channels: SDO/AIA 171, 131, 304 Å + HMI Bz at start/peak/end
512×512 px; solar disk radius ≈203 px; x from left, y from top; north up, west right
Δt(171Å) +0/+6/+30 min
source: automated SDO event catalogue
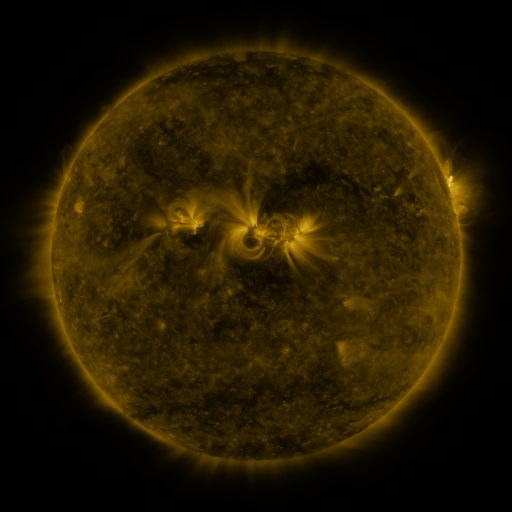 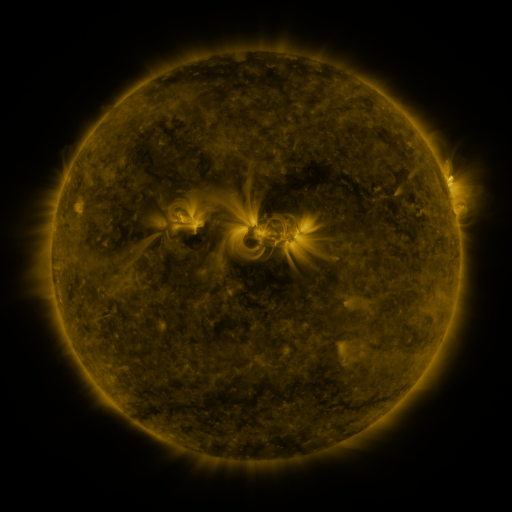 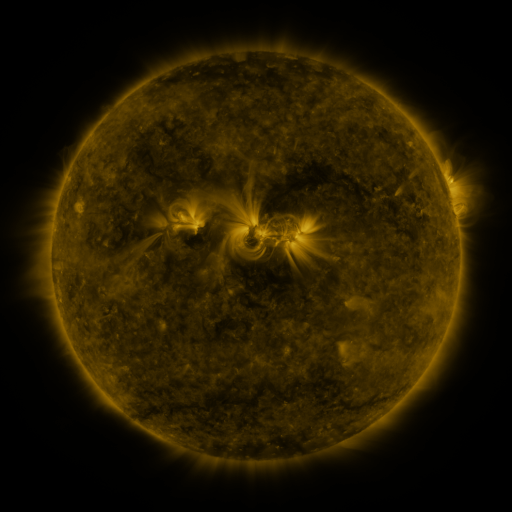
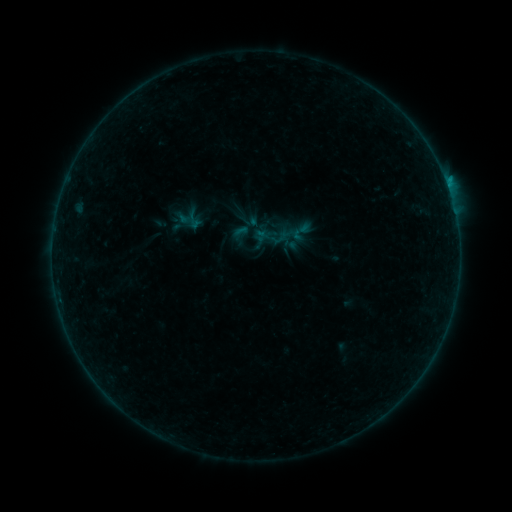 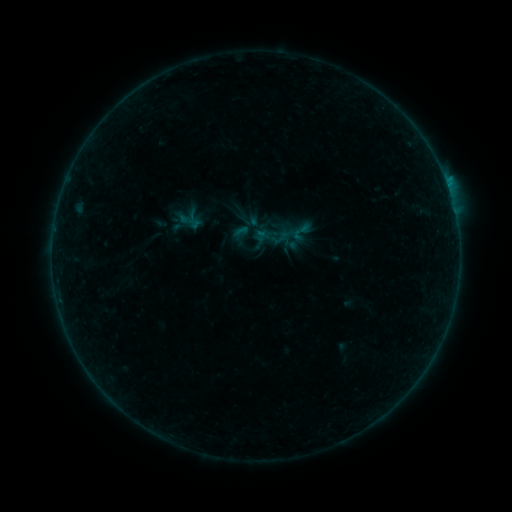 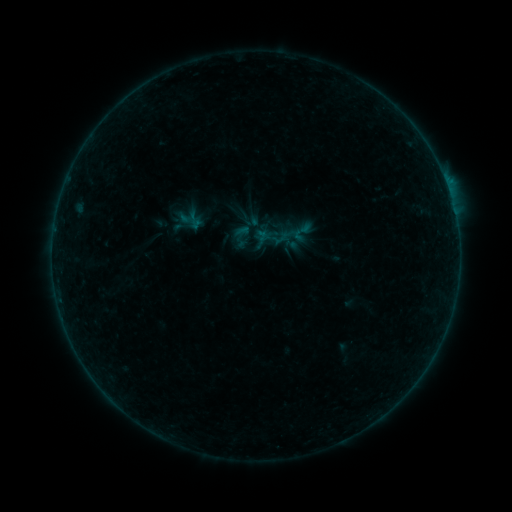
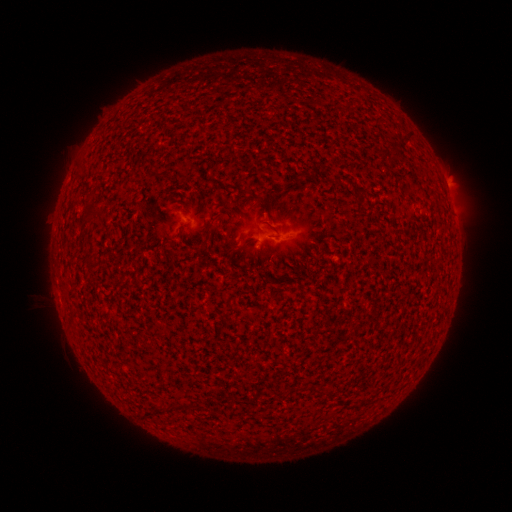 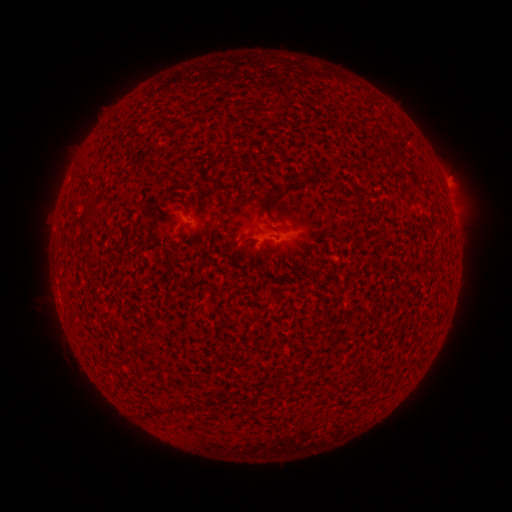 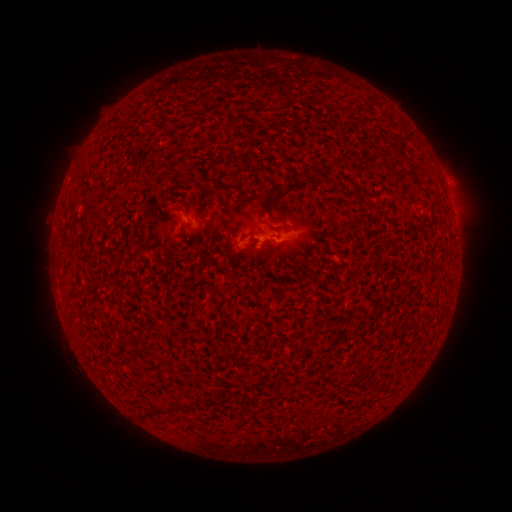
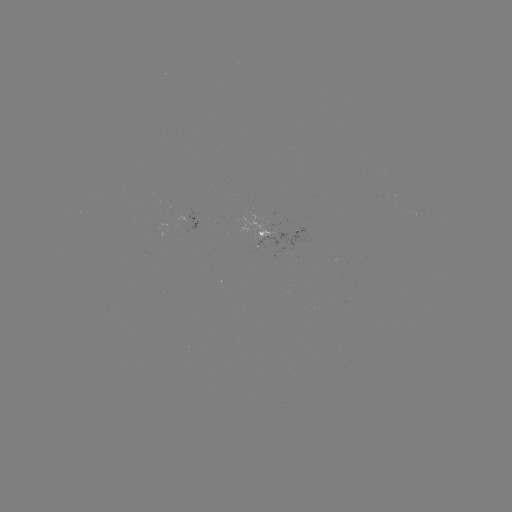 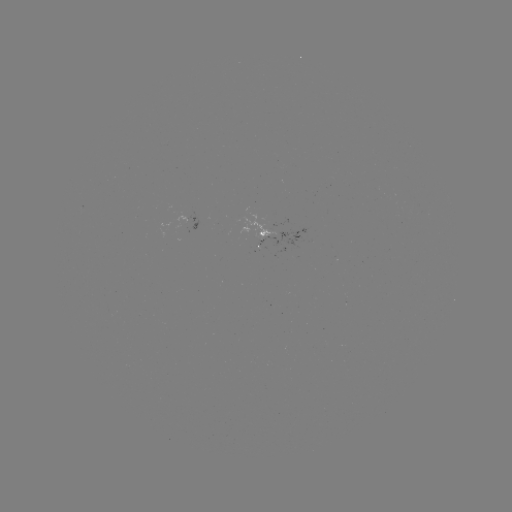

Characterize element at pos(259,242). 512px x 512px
B1.6 flare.